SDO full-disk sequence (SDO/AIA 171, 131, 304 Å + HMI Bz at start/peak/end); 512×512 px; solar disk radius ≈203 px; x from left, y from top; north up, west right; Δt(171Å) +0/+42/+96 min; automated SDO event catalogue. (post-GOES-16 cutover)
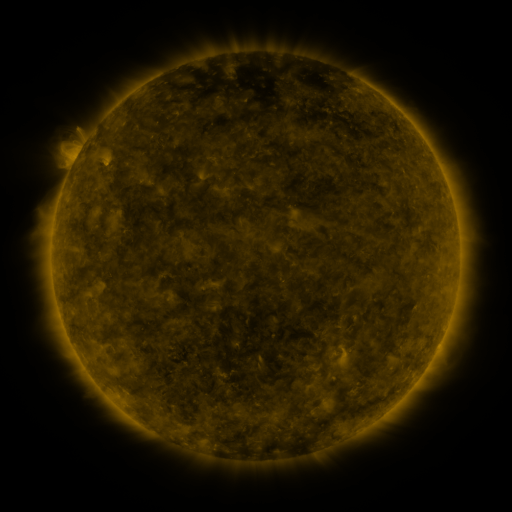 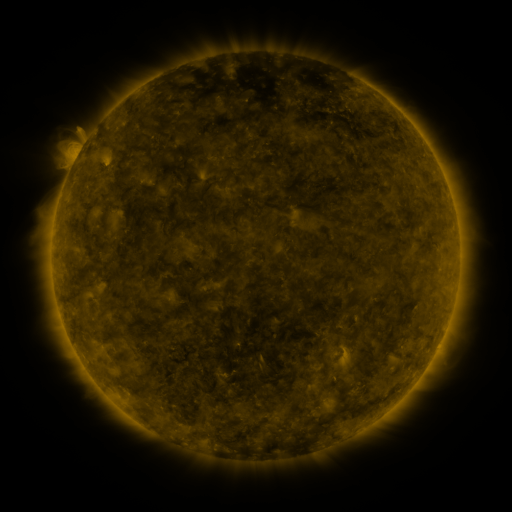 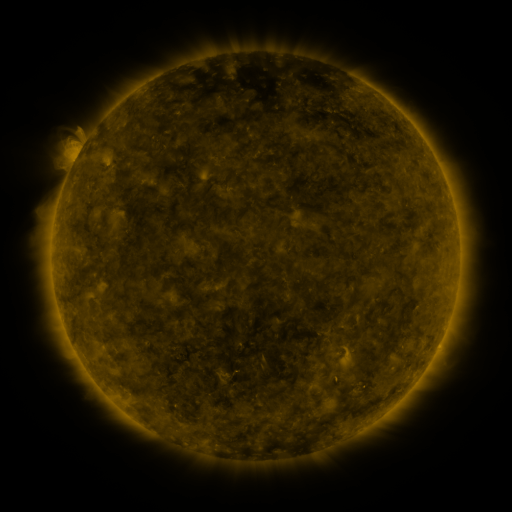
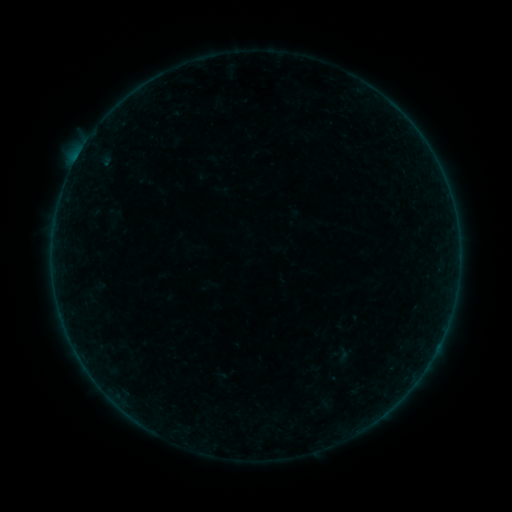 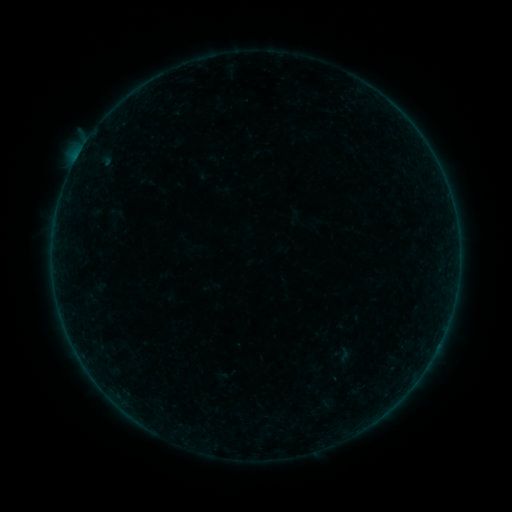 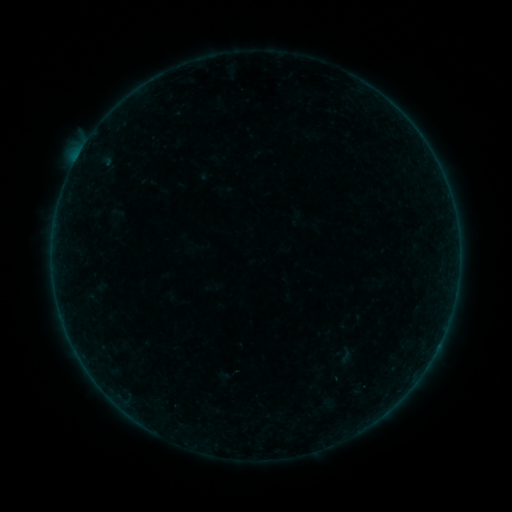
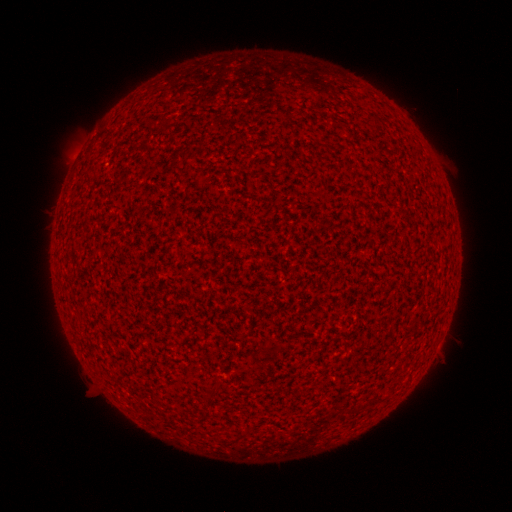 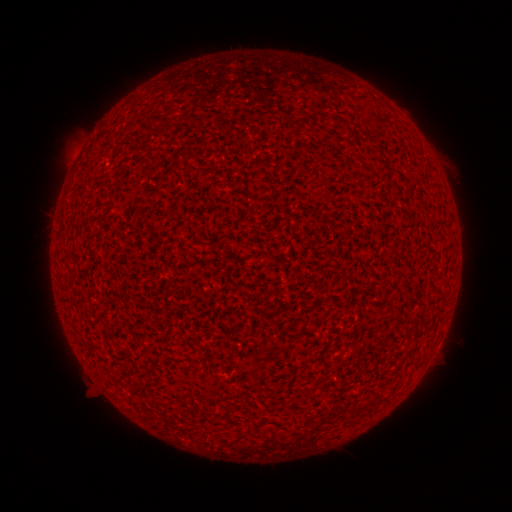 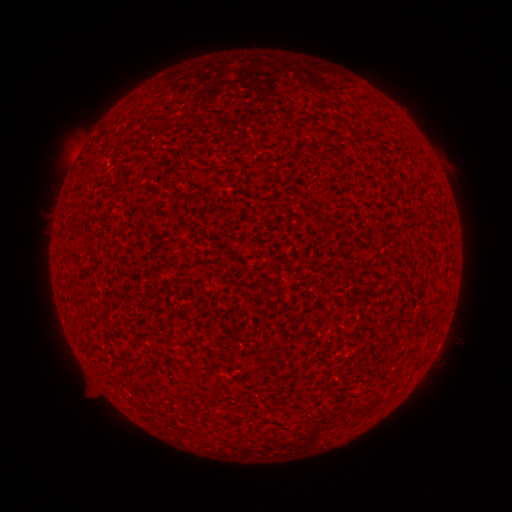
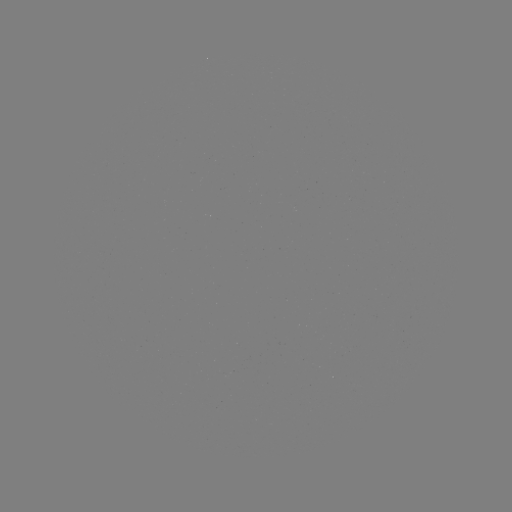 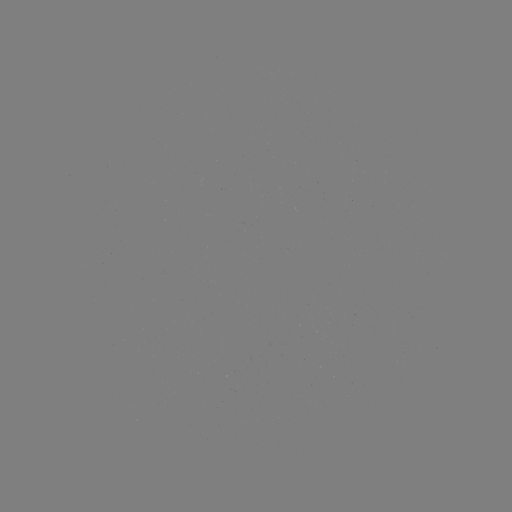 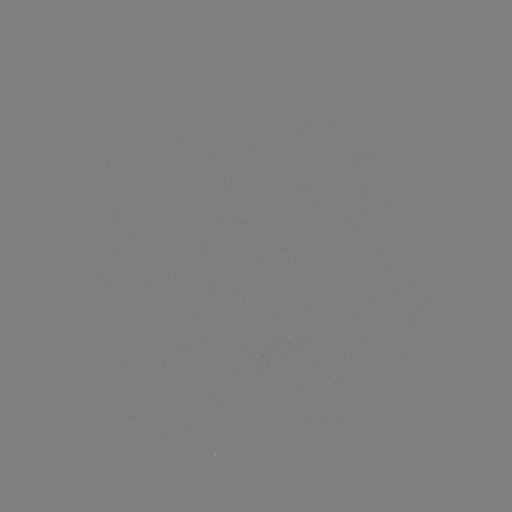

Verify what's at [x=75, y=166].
A6.2 flare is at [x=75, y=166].